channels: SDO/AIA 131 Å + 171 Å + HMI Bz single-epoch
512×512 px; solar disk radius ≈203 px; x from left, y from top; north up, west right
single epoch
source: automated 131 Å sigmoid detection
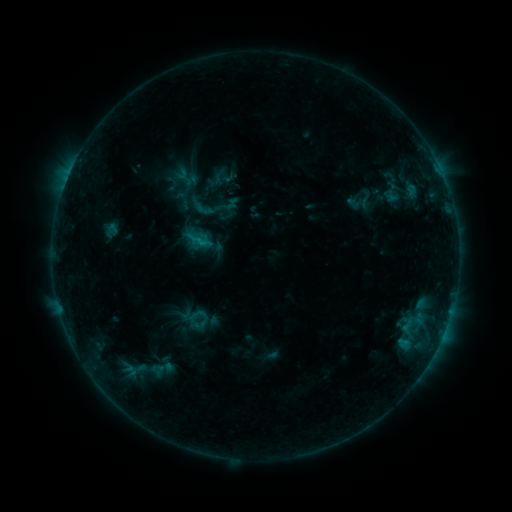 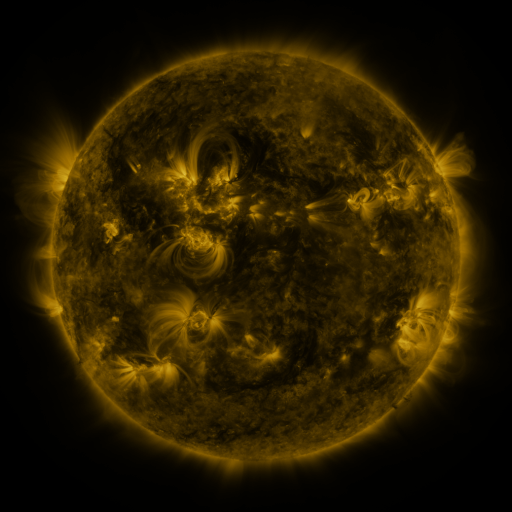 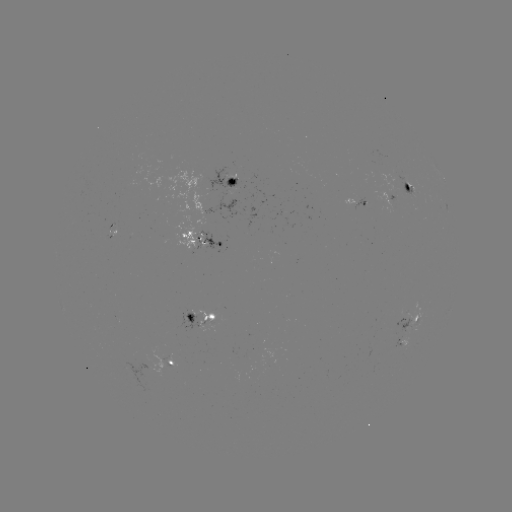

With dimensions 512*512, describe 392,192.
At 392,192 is sigmoid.